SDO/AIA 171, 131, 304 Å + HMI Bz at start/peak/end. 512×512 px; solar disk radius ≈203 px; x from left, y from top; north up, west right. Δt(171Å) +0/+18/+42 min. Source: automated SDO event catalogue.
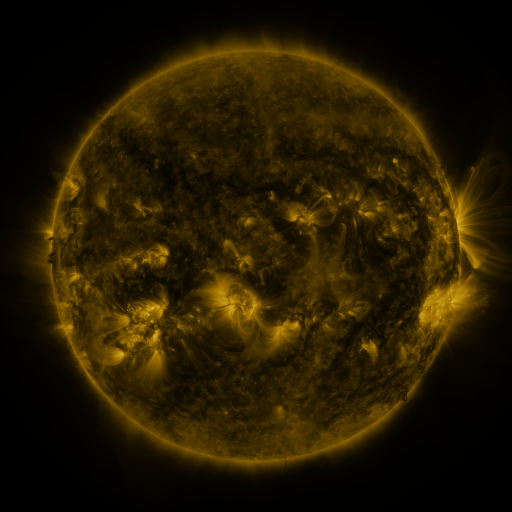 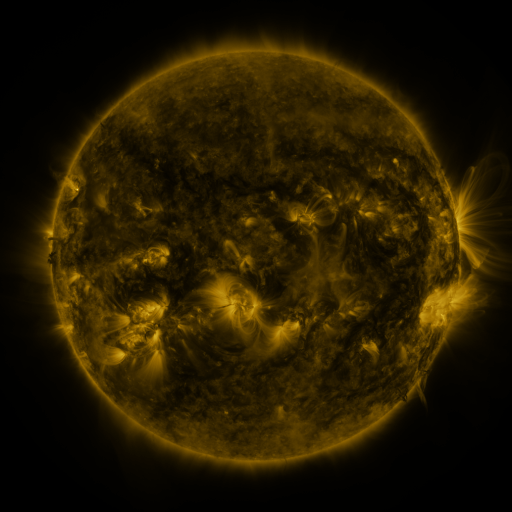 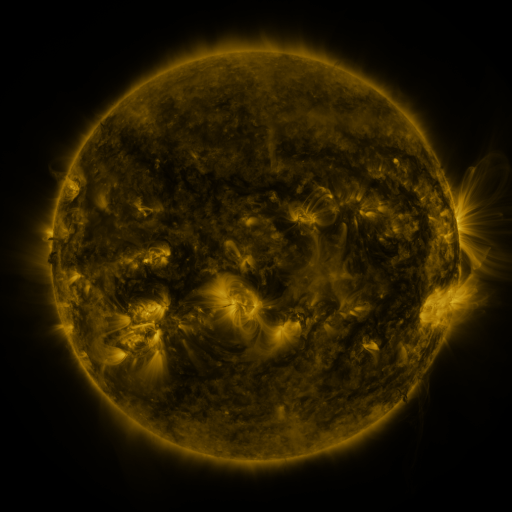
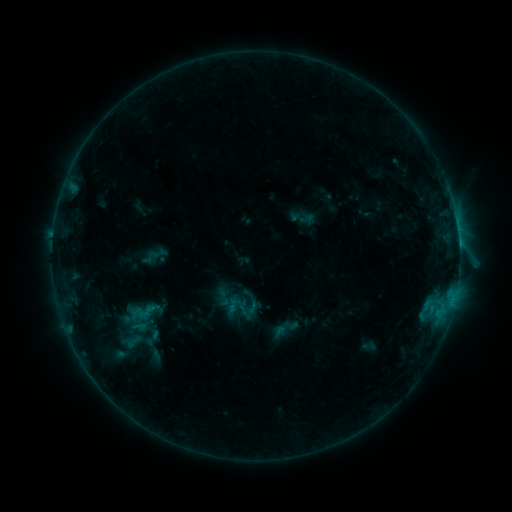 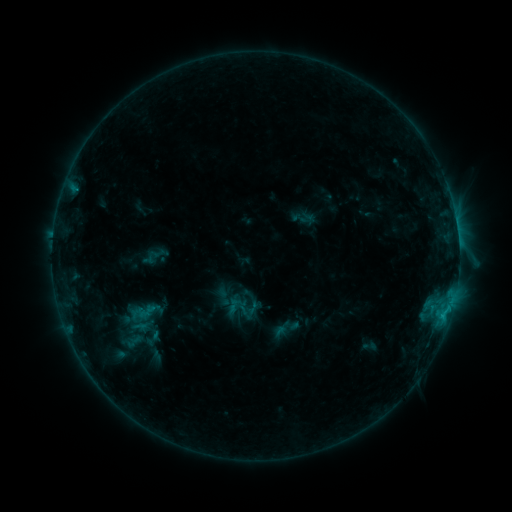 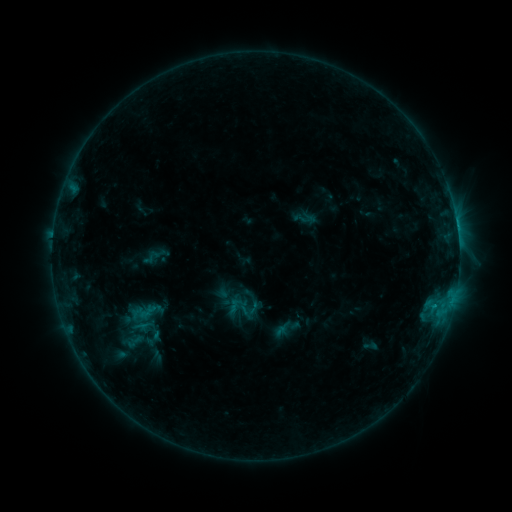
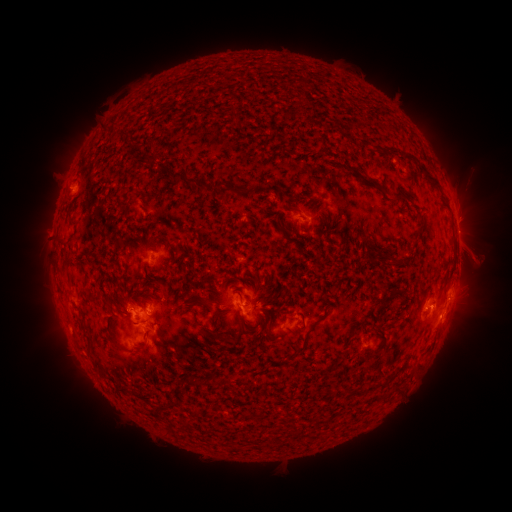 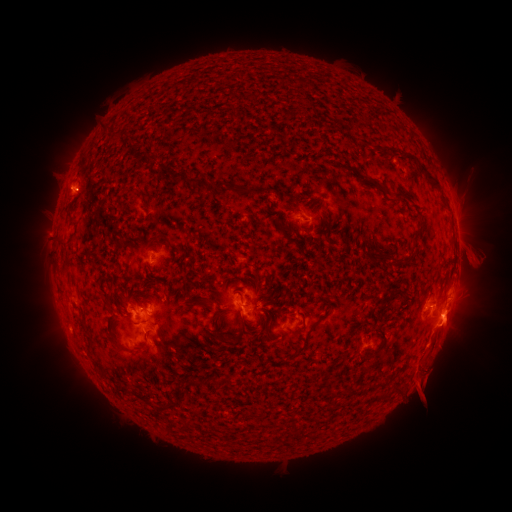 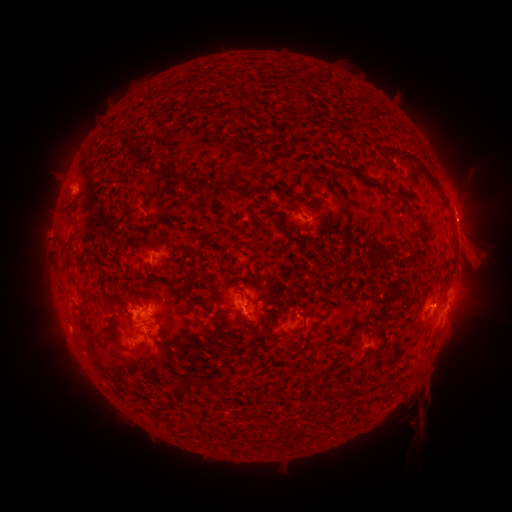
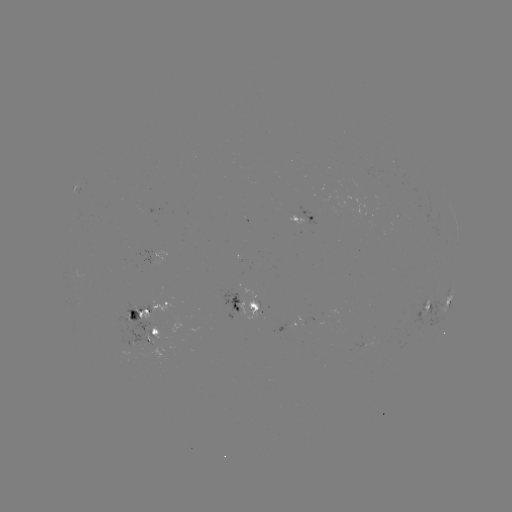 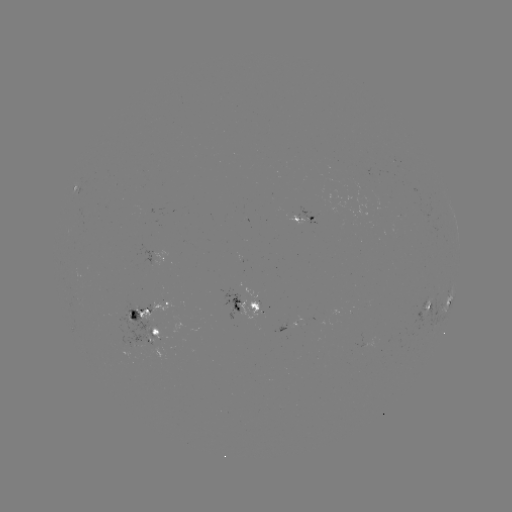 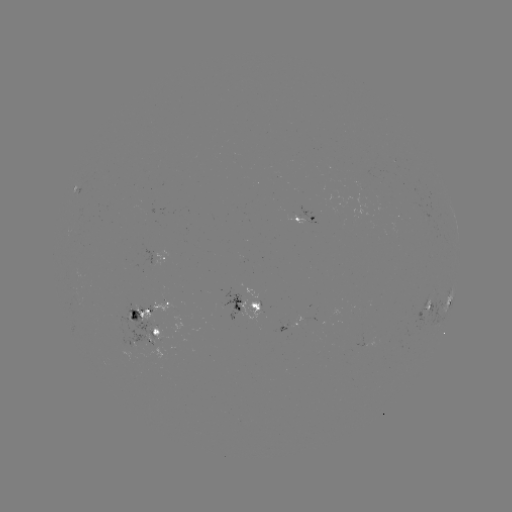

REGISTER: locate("eruption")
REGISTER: [438, 373]